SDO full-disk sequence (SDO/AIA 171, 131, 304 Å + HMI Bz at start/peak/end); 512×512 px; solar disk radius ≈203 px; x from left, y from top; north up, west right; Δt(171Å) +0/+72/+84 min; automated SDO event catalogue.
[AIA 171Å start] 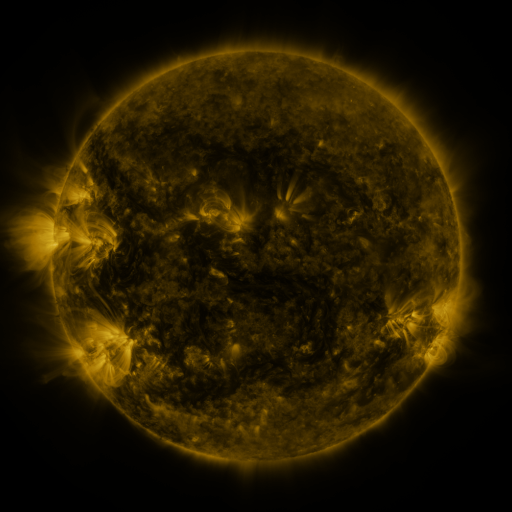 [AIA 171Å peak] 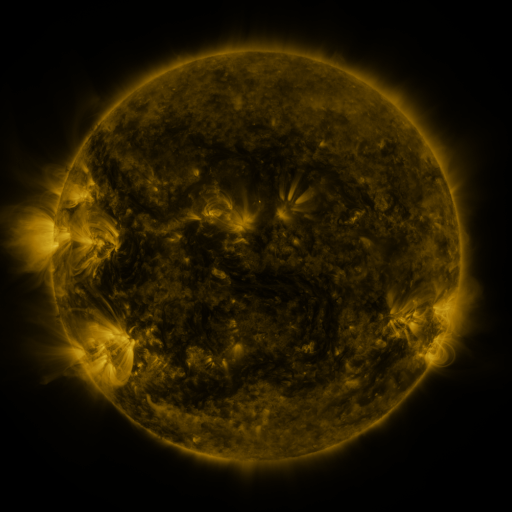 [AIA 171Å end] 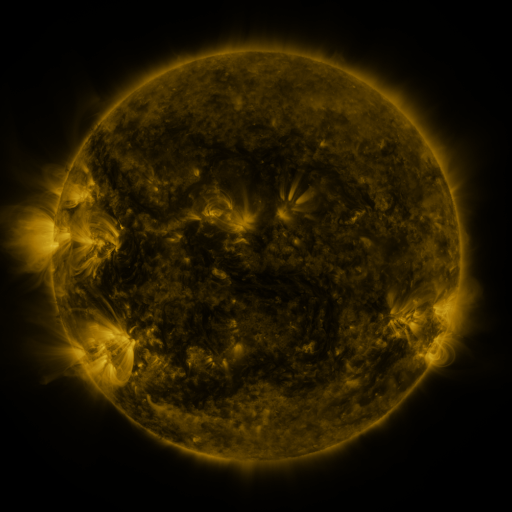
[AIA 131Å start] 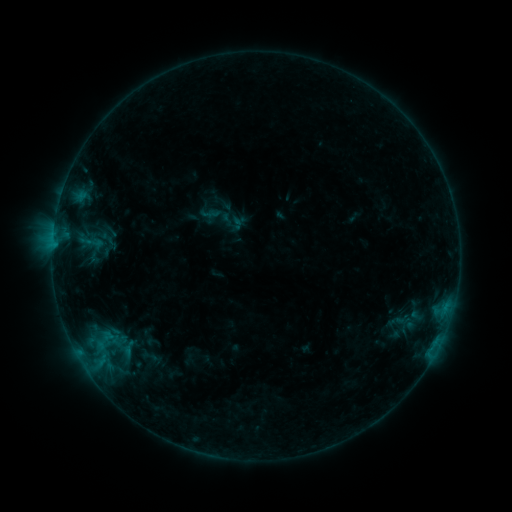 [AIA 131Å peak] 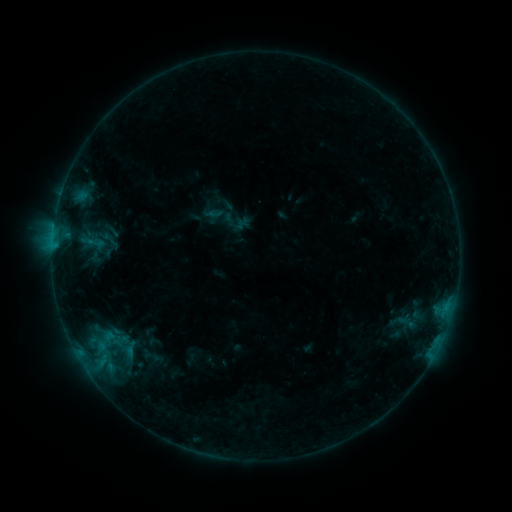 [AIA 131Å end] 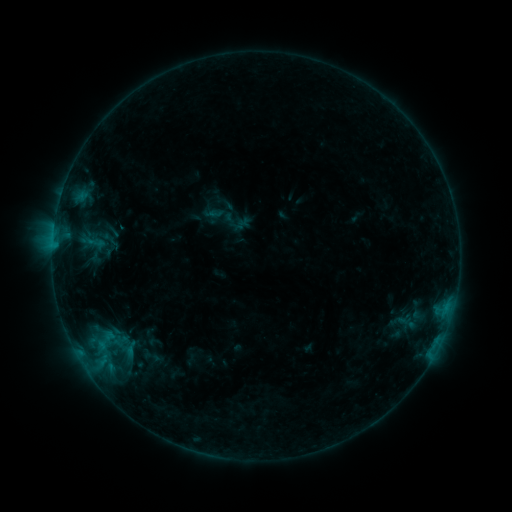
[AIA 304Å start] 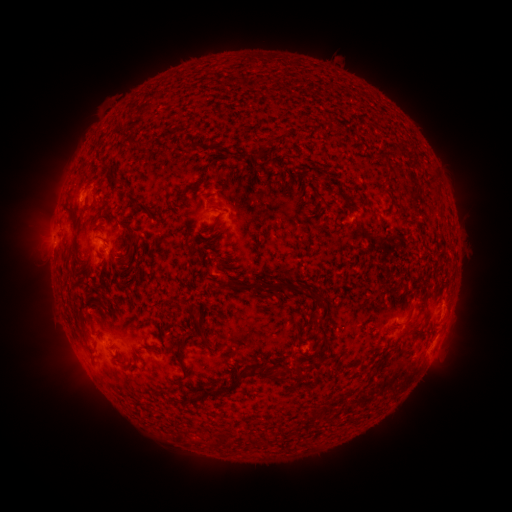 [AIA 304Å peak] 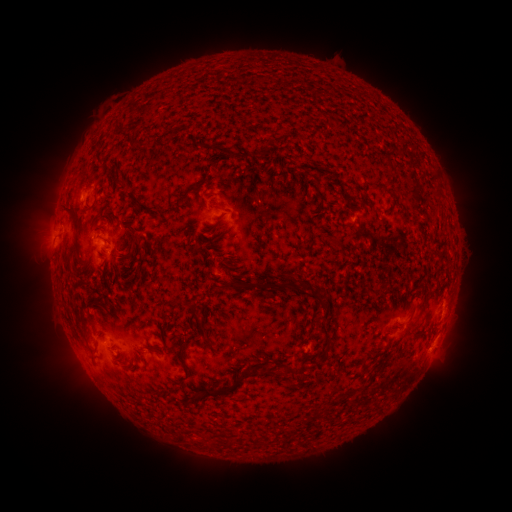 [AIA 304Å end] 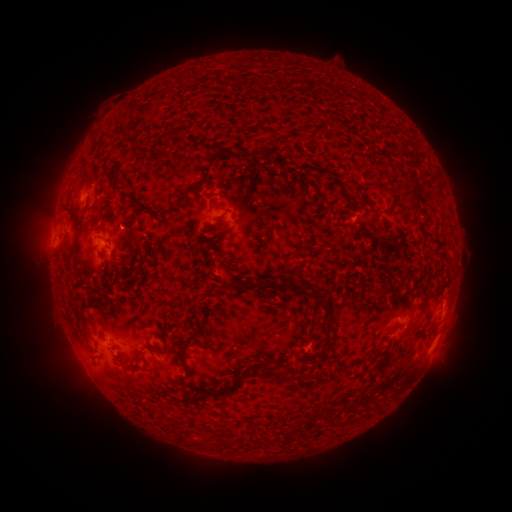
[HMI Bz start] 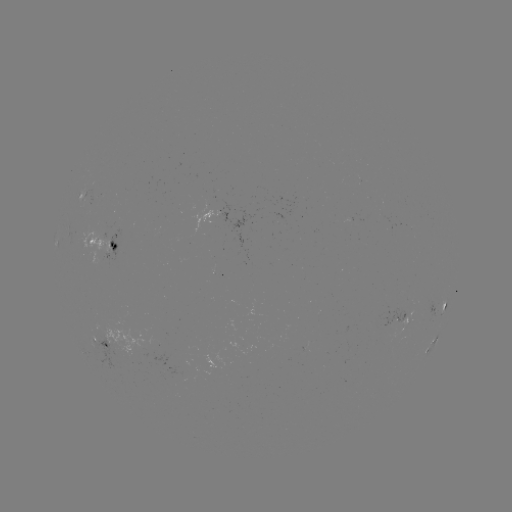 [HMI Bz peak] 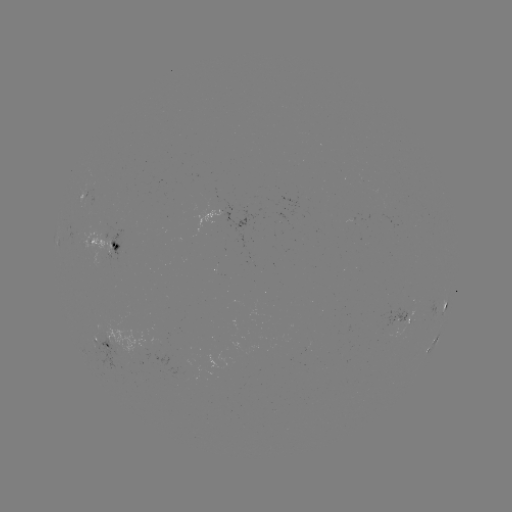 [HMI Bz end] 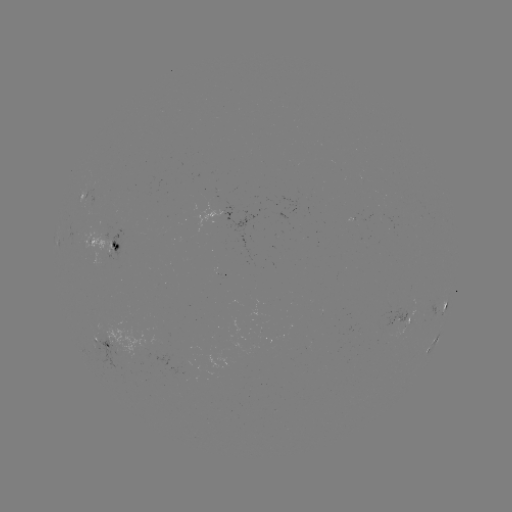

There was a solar emerging-flux region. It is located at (93, 242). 